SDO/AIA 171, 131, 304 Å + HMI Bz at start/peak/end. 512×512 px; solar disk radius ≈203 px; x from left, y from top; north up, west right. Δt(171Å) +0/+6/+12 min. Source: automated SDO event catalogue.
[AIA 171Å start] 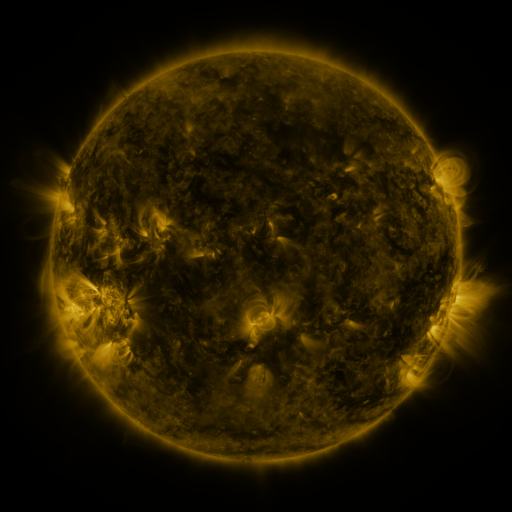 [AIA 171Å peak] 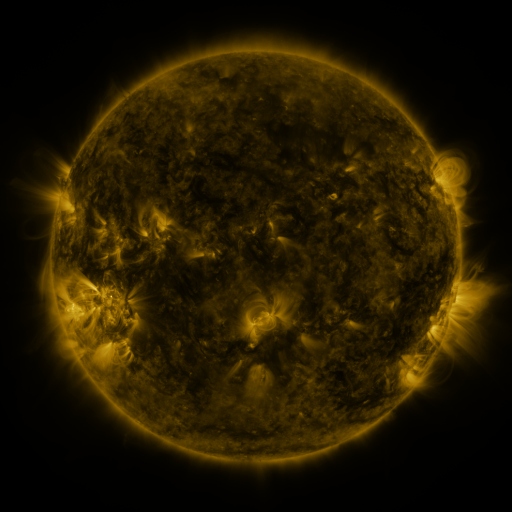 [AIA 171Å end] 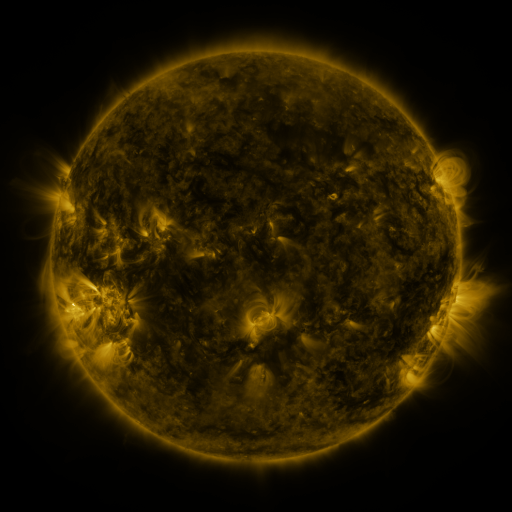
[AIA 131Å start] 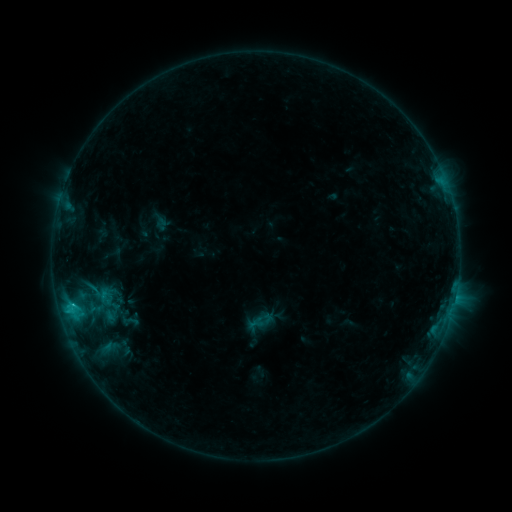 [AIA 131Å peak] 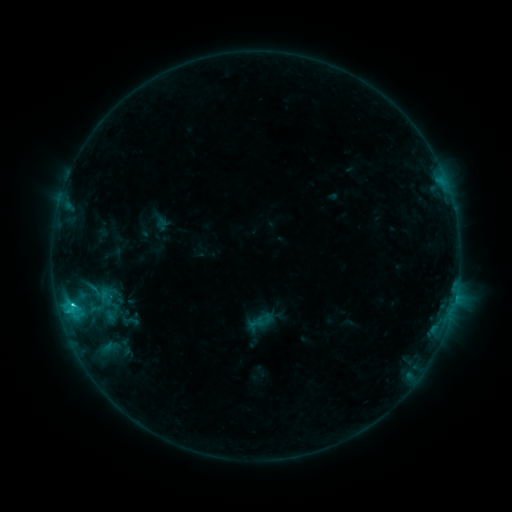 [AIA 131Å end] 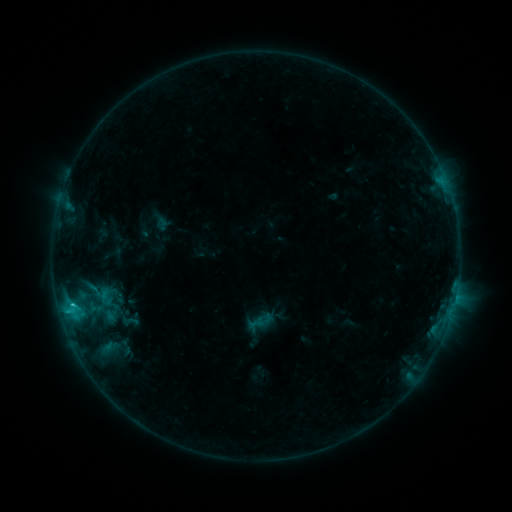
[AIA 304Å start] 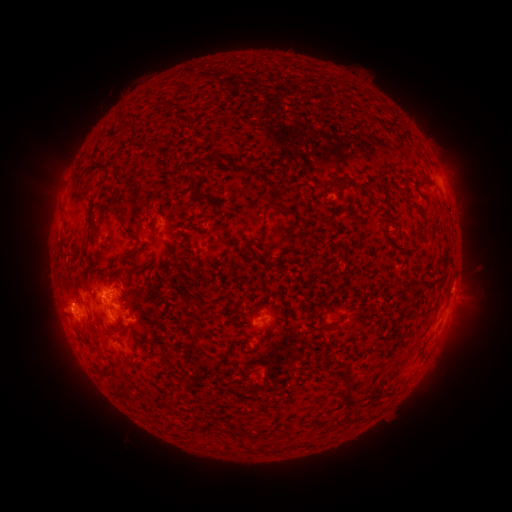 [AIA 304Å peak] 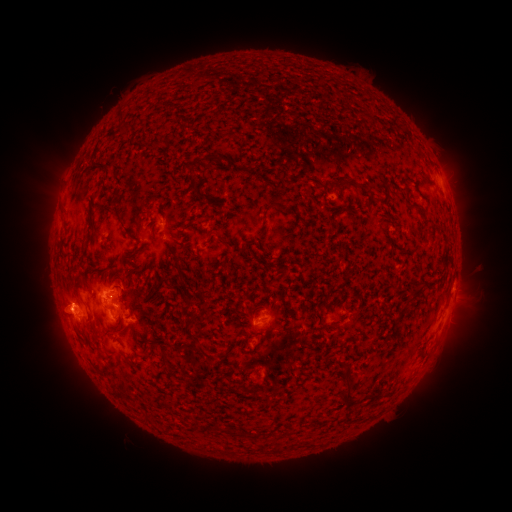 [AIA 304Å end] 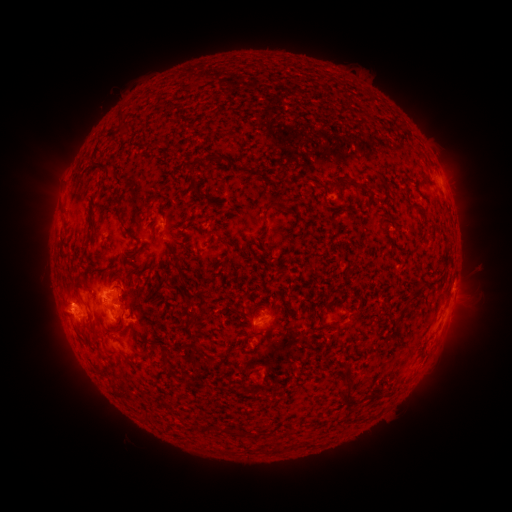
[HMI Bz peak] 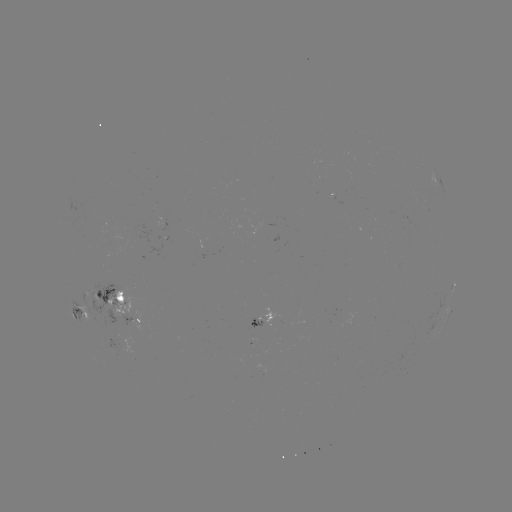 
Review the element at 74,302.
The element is C1.8 flare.